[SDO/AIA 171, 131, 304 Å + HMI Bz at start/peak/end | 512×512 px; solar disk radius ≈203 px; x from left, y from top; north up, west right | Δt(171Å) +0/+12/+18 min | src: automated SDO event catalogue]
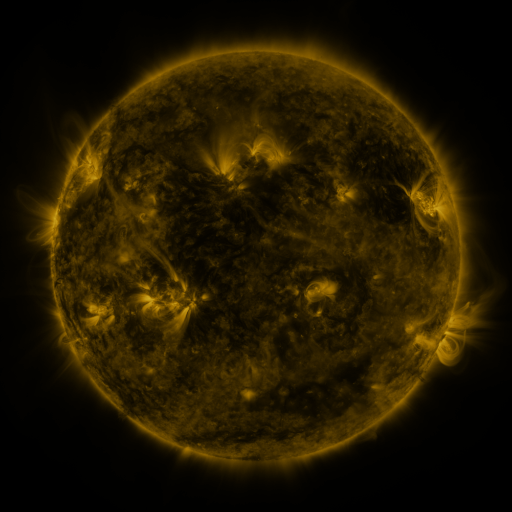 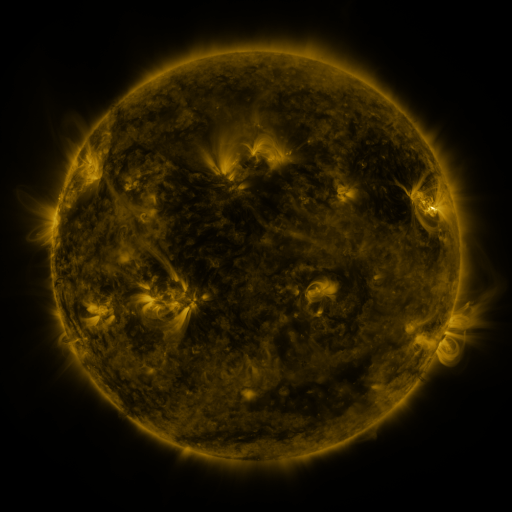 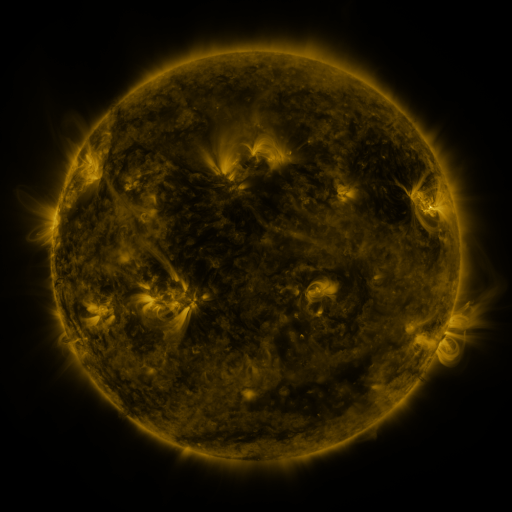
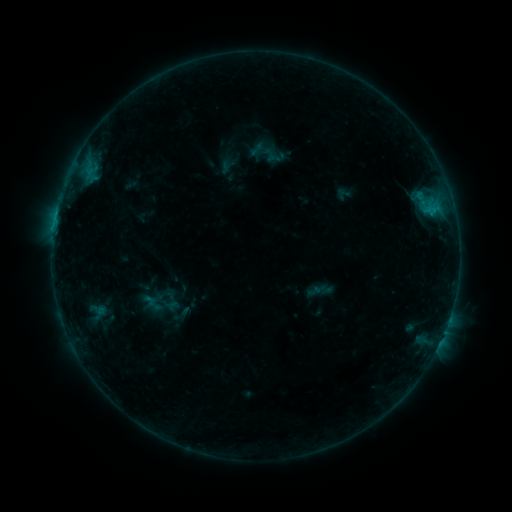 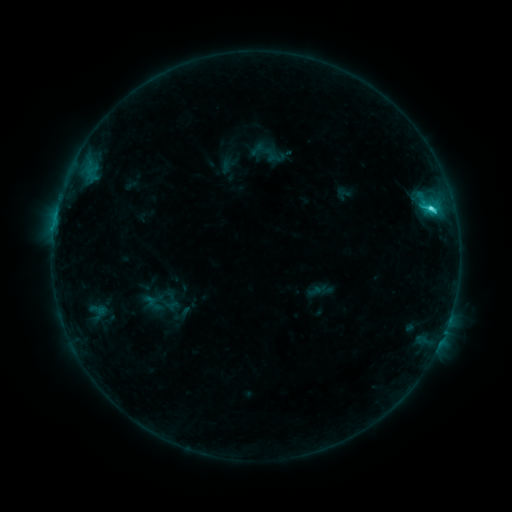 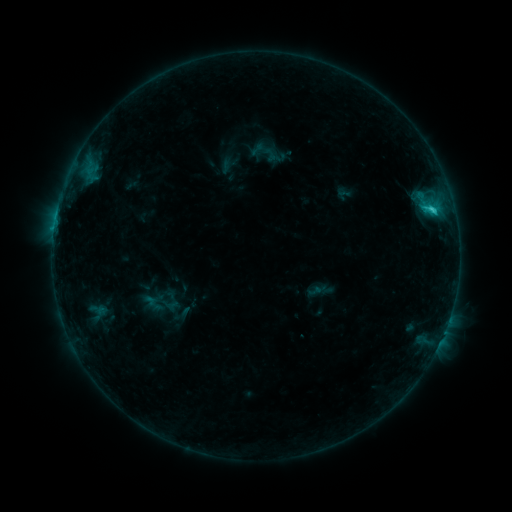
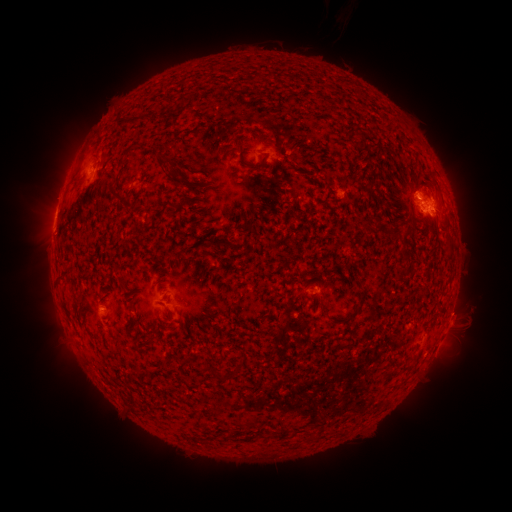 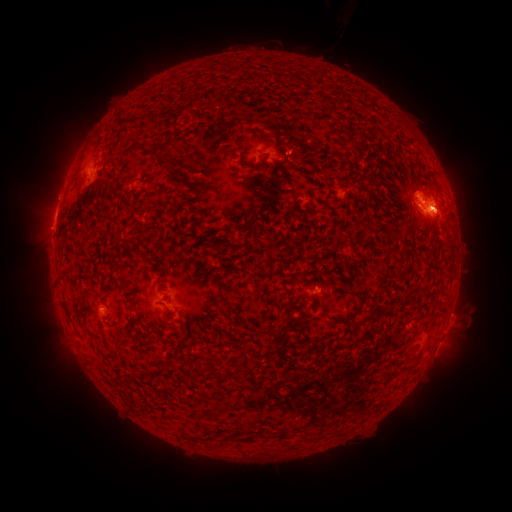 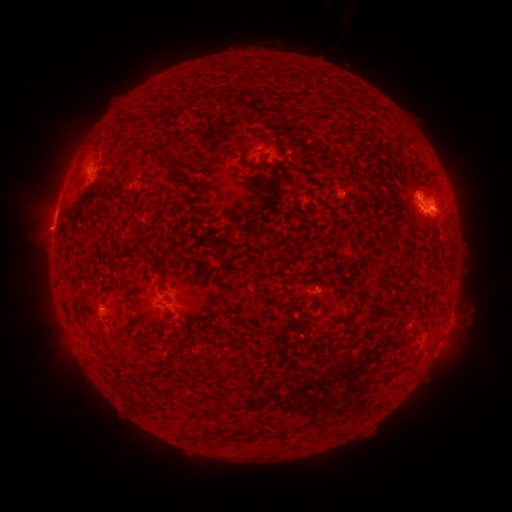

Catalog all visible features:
C2.5 flare: (430, 209)
